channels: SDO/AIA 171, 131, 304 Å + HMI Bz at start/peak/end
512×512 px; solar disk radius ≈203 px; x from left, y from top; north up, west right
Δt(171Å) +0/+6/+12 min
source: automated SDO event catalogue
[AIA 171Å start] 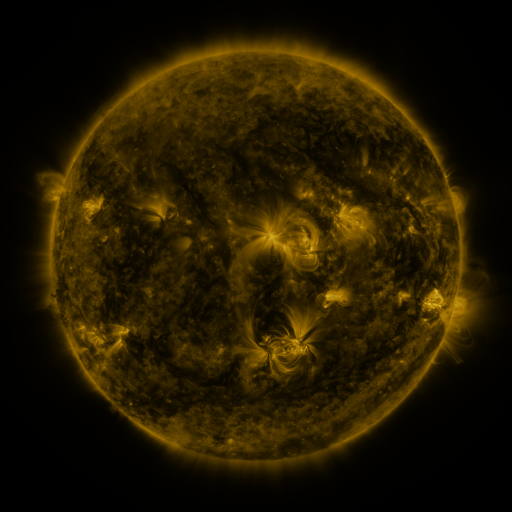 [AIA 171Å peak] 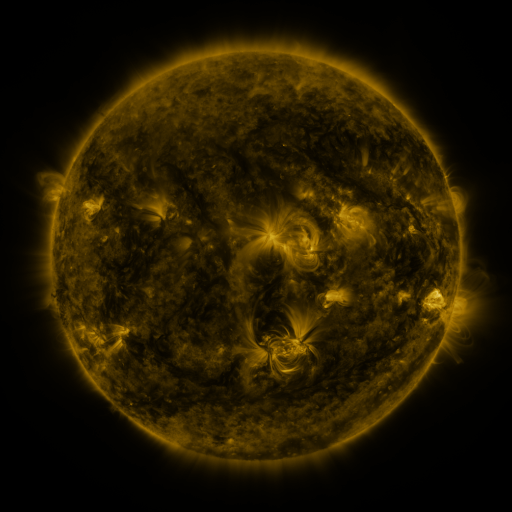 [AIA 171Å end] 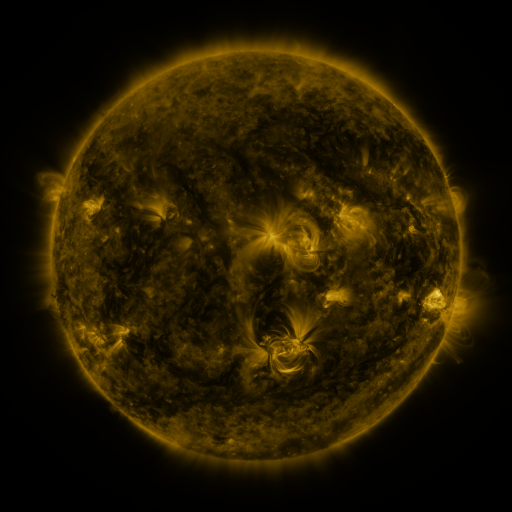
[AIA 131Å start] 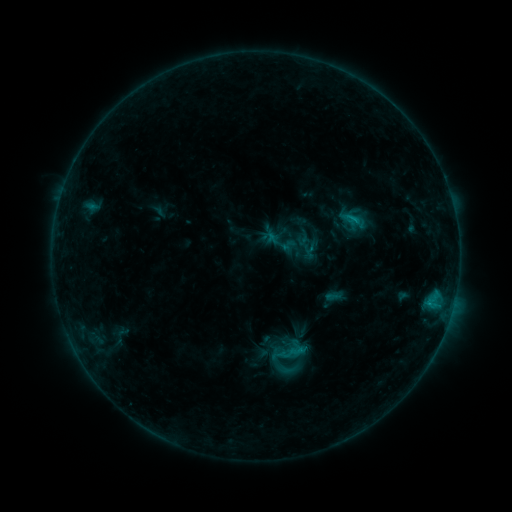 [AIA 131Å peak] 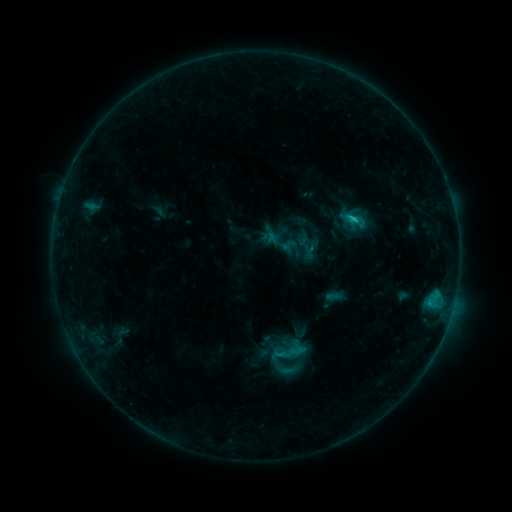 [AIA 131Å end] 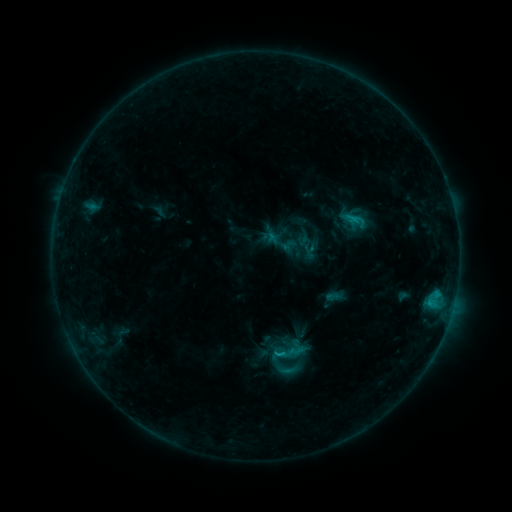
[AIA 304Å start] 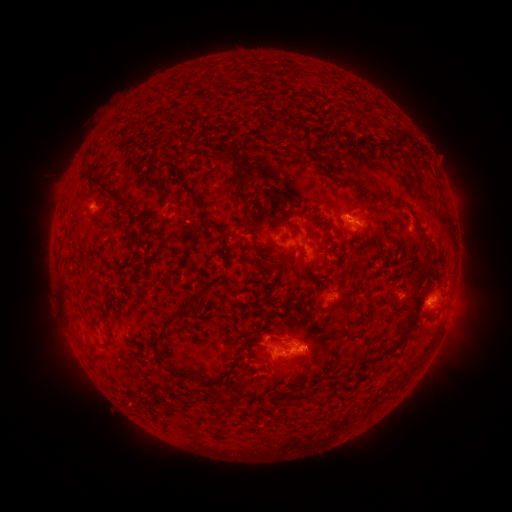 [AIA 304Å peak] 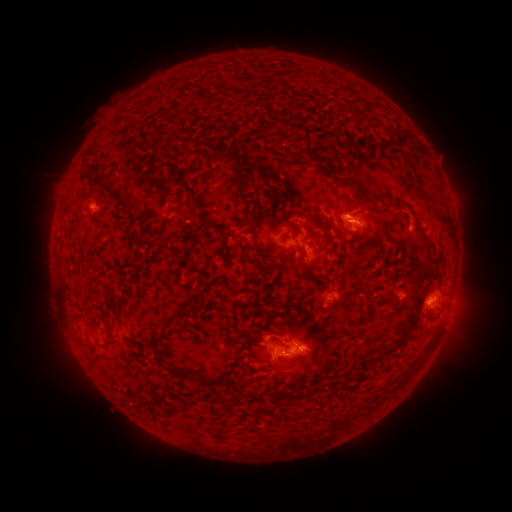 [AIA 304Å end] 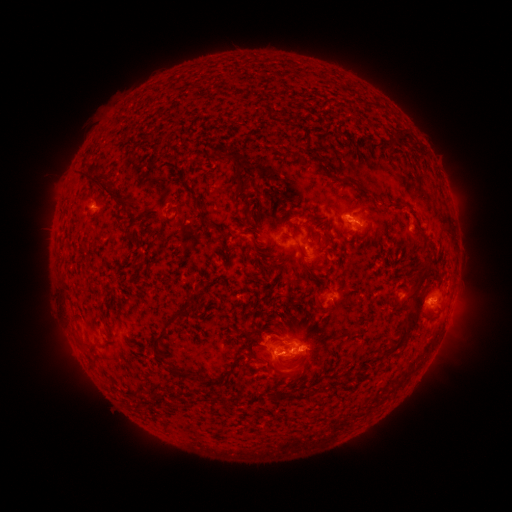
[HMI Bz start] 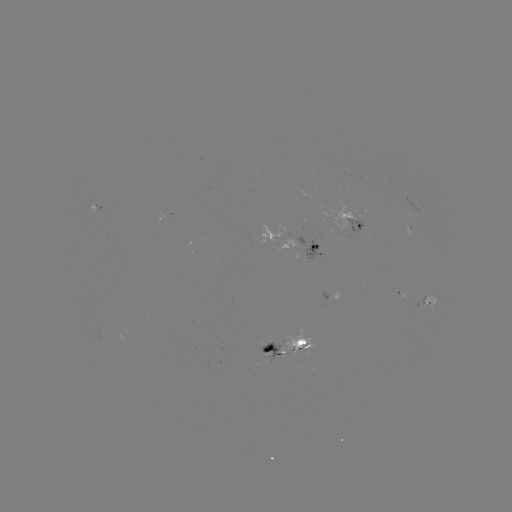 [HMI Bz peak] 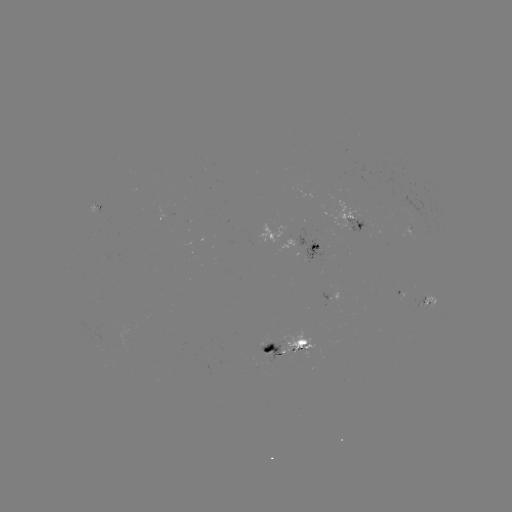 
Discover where C1.4 flare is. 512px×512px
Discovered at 348,220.